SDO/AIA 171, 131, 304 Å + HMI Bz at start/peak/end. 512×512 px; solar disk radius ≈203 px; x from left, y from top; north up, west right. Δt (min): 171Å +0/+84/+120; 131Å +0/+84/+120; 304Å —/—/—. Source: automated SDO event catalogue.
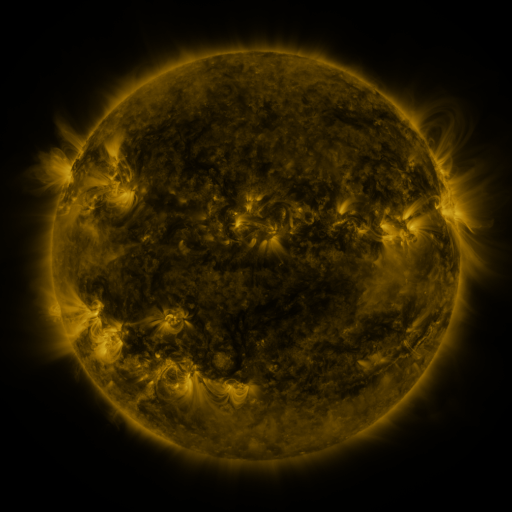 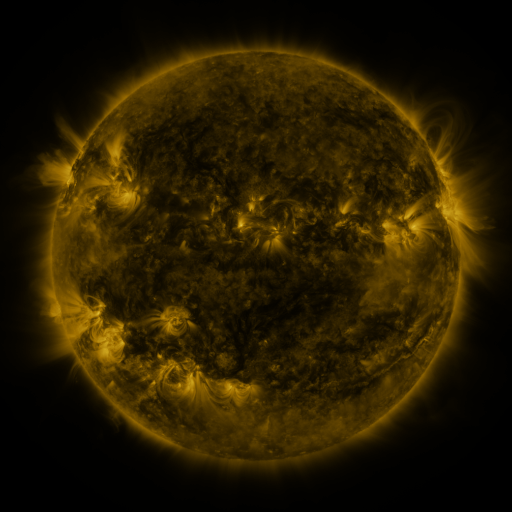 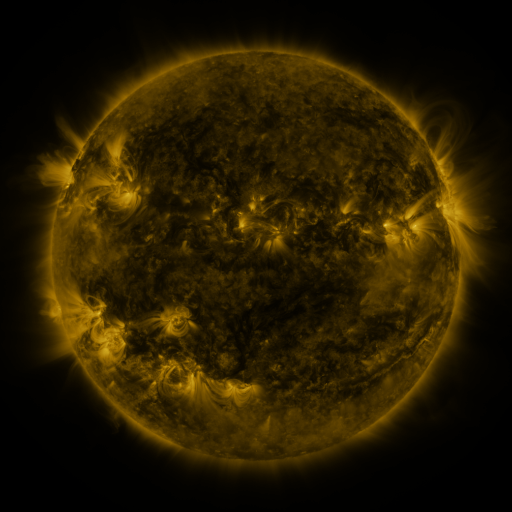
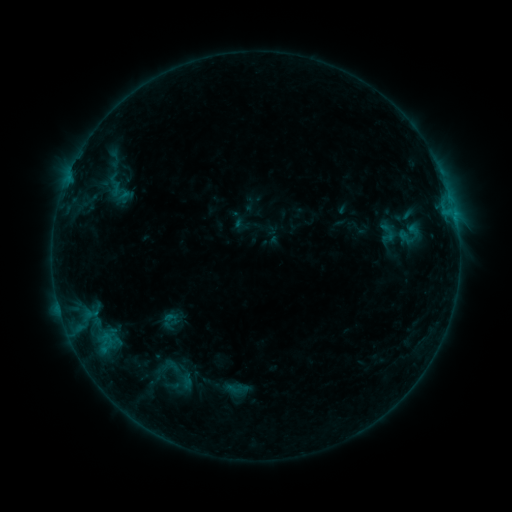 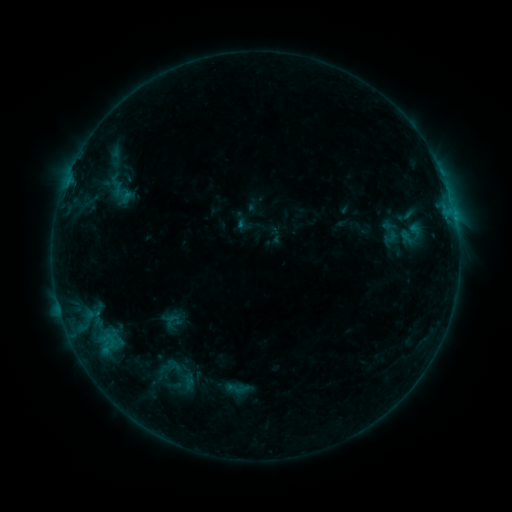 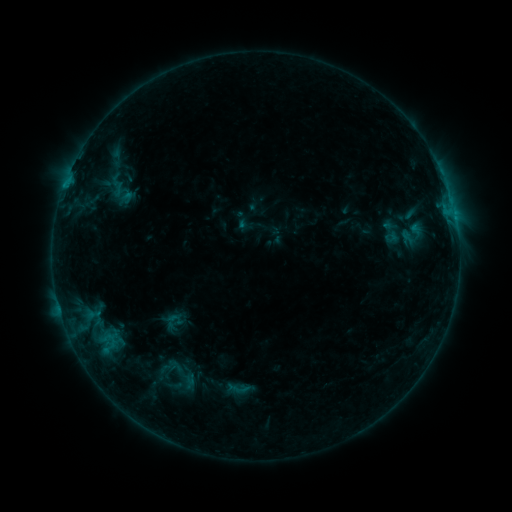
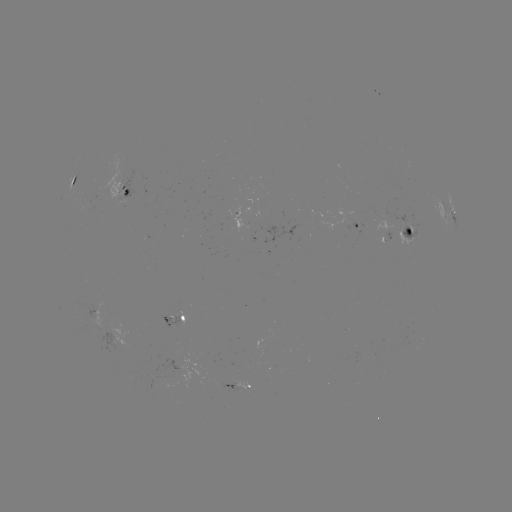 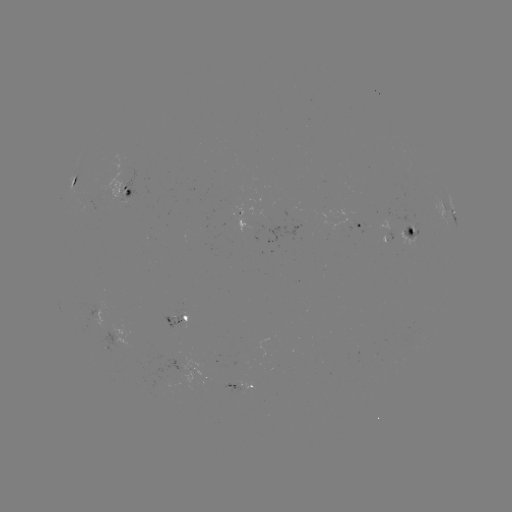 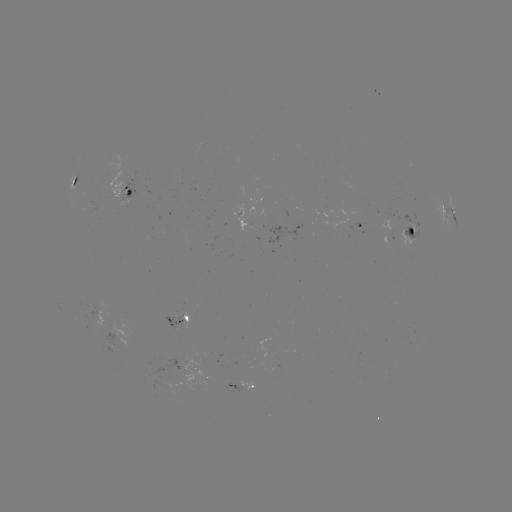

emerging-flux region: (133, 358, 188, 396)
